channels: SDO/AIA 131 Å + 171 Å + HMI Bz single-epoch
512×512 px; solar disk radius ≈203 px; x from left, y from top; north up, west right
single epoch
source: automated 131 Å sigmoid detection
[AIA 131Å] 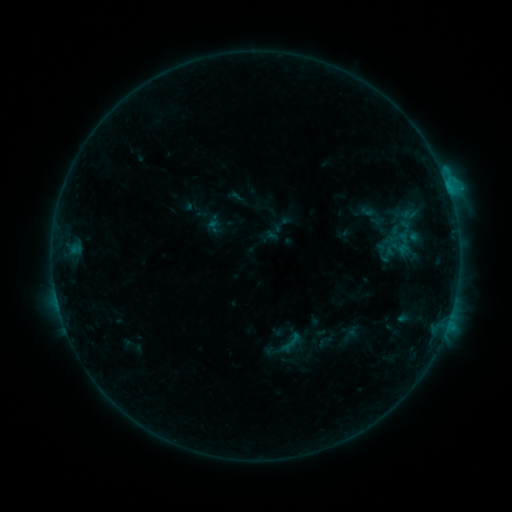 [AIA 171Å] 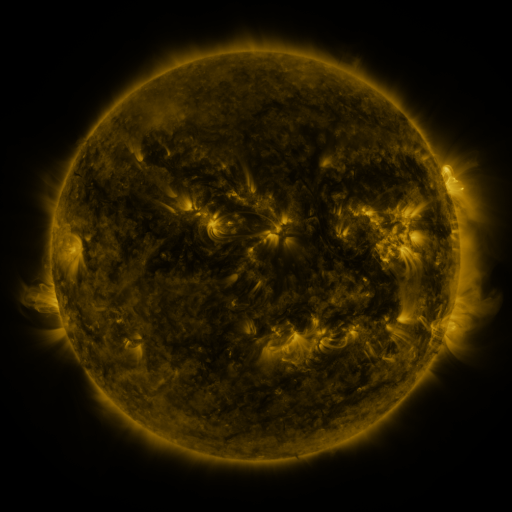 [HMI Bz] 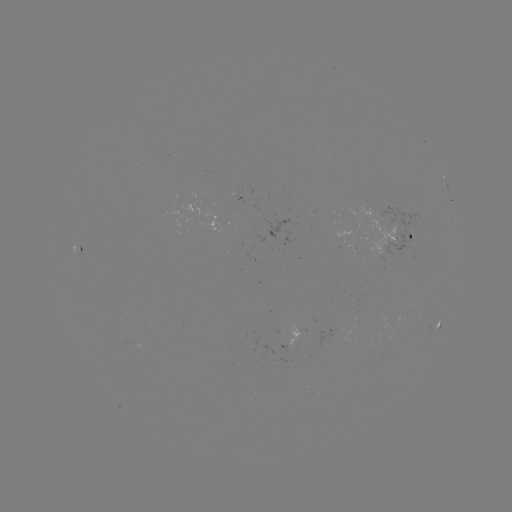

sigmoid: [227, 188, 244, 205]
